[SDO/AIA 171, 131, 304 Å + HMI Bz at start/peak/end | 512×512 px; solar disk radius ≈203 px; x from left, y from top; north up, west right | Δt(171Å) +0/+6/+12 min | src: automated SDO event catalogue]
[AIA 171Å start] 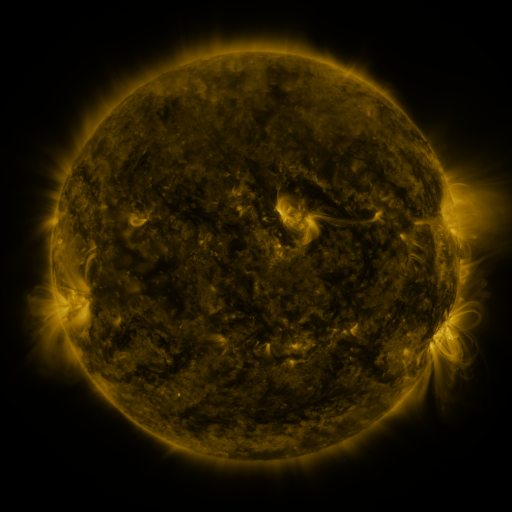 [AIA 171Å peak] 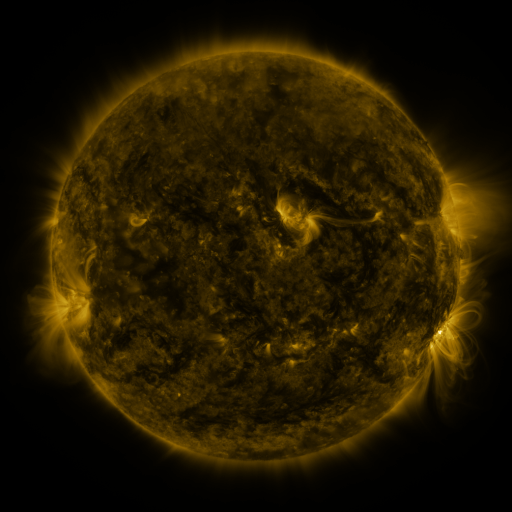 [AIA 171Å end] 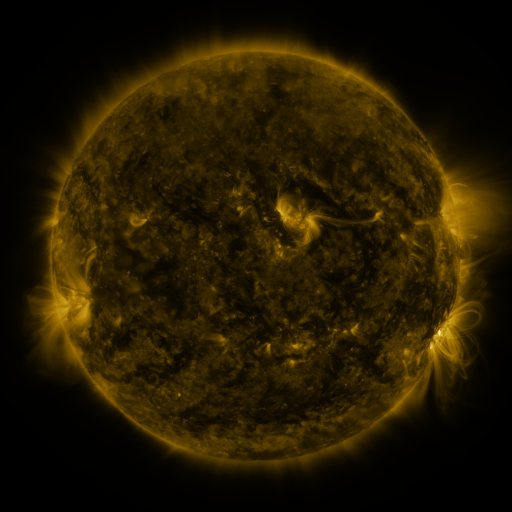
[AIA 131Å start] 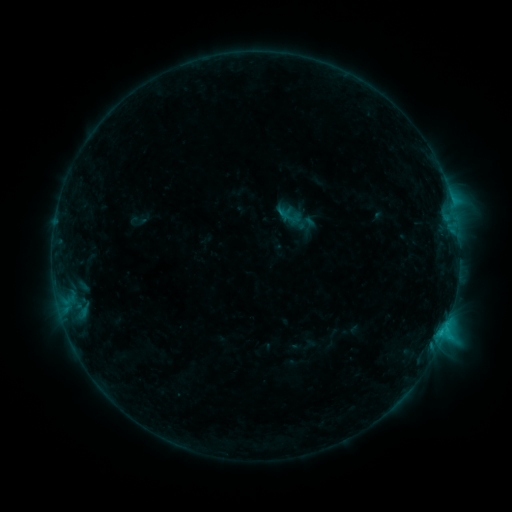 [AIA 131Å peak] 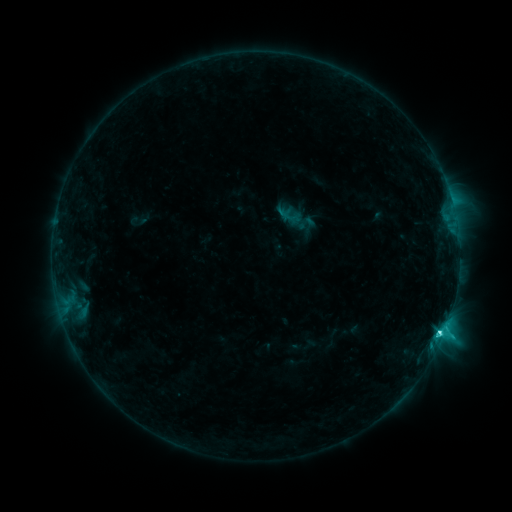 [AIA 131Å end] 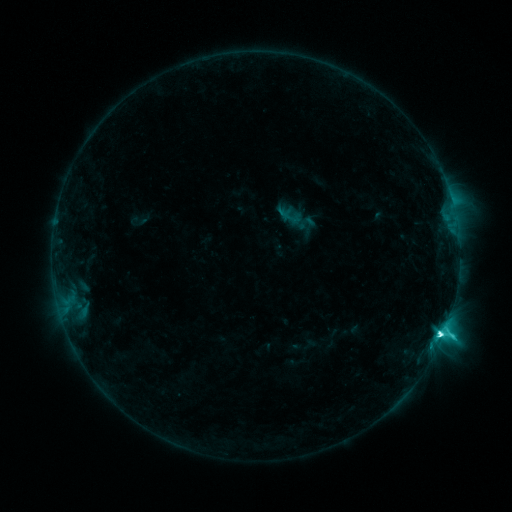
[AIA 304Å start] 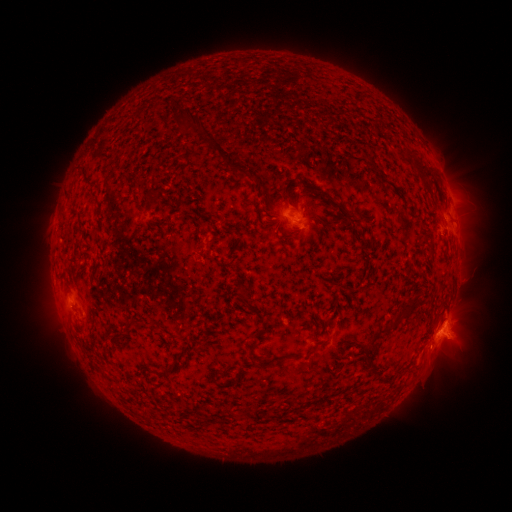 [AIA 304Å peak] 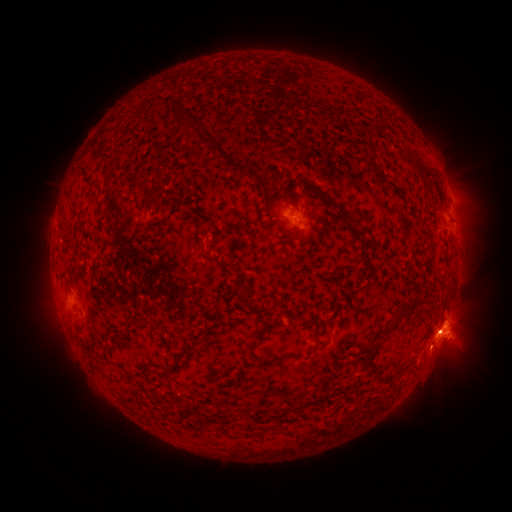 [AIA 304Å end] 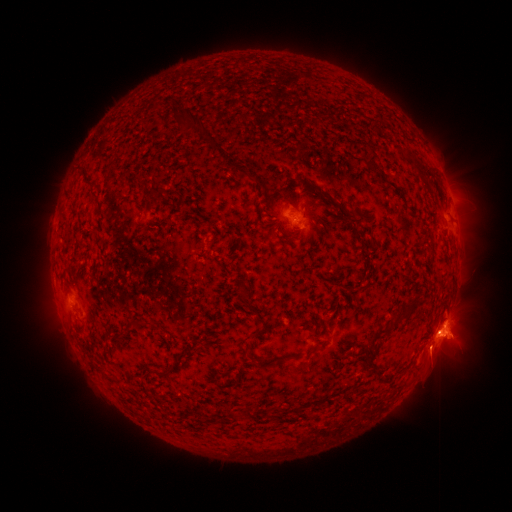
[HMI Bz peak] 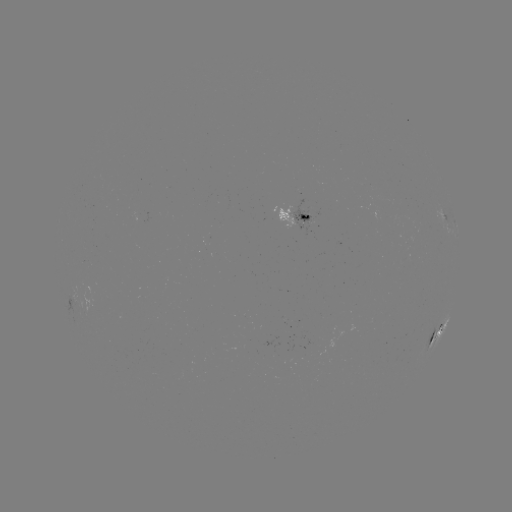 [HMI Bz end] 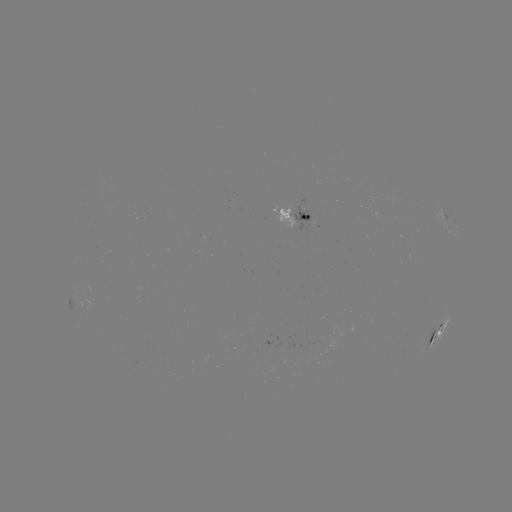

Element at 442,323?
eruption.